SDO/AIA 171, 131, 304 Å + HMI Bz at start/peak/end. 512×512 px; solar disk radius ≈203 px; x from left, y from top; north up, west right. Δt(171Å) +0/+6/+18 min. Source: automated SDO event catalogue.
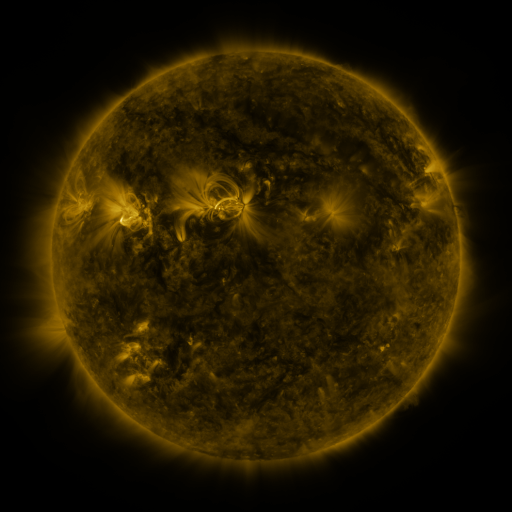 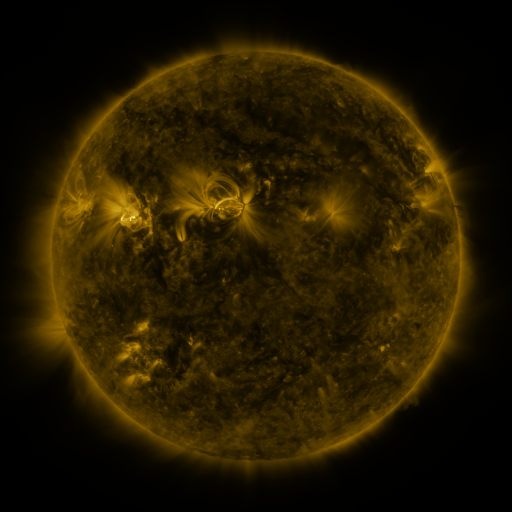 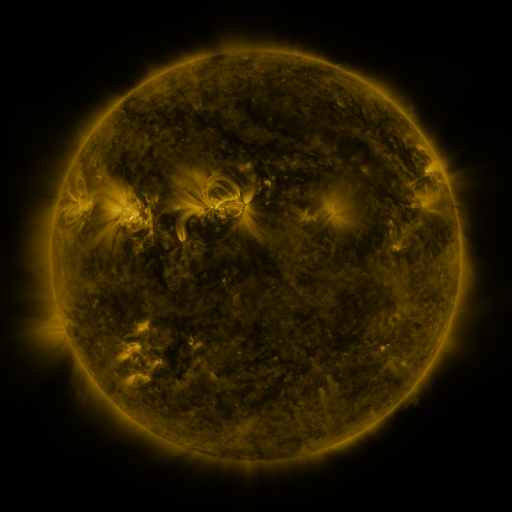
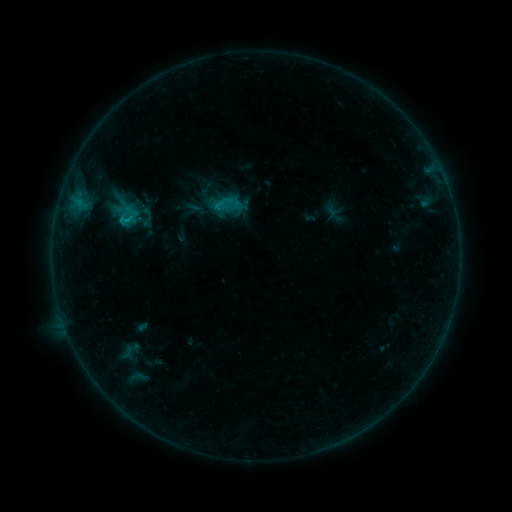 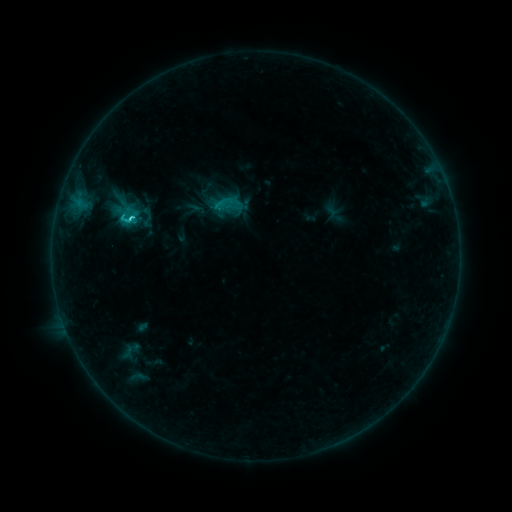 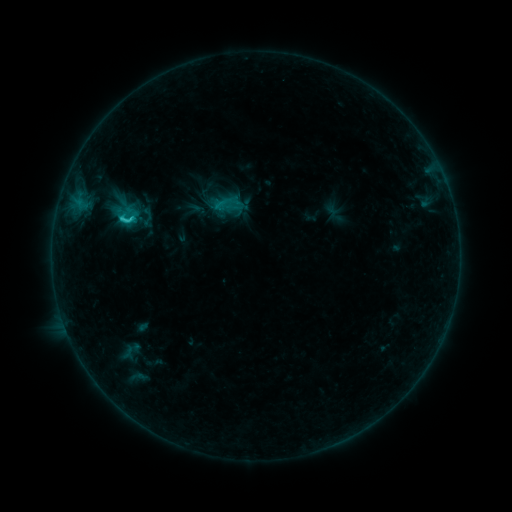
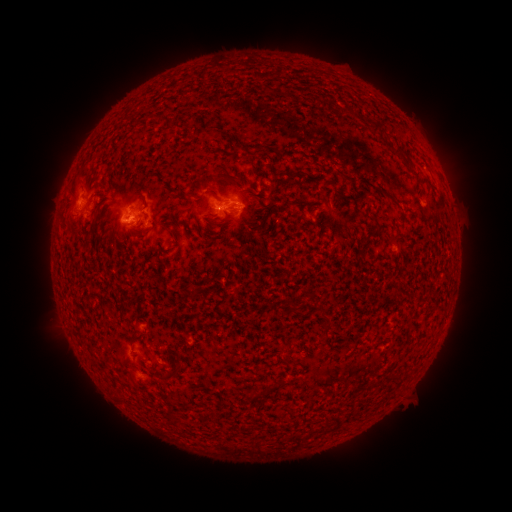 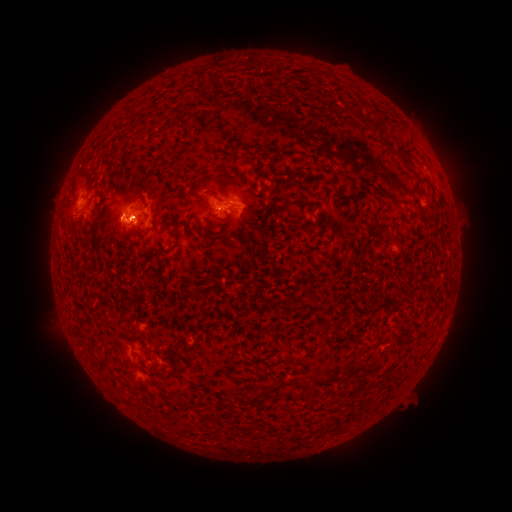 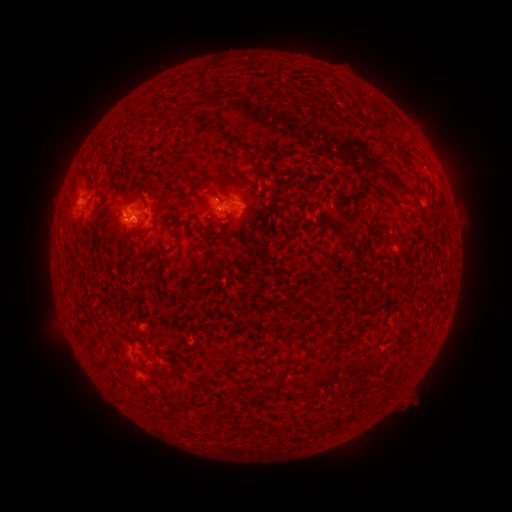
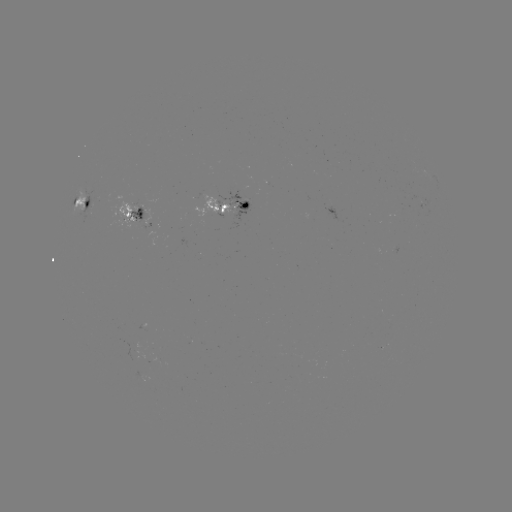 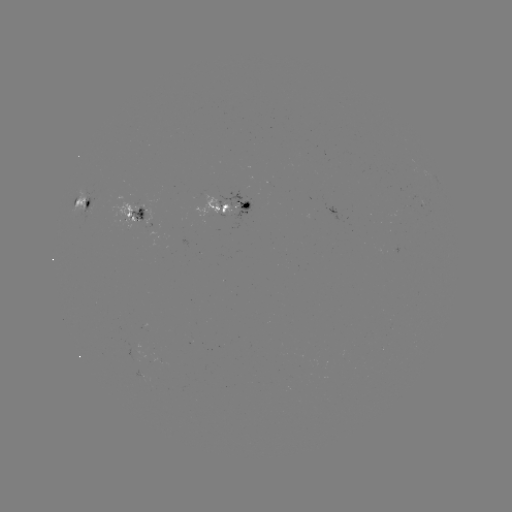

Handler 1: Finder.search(C3.2 flare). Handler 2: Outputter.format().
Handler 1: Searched C3.2 flare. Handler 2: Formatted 134,222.